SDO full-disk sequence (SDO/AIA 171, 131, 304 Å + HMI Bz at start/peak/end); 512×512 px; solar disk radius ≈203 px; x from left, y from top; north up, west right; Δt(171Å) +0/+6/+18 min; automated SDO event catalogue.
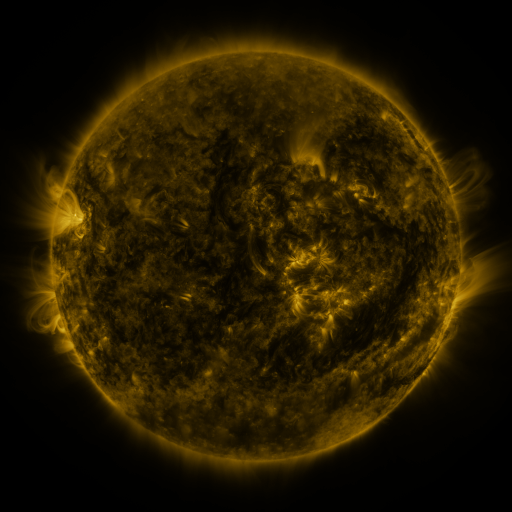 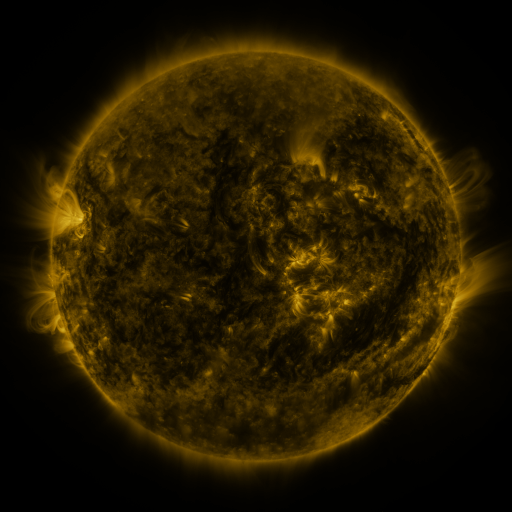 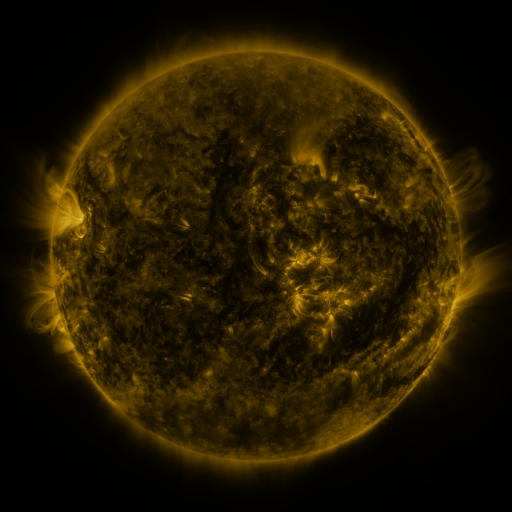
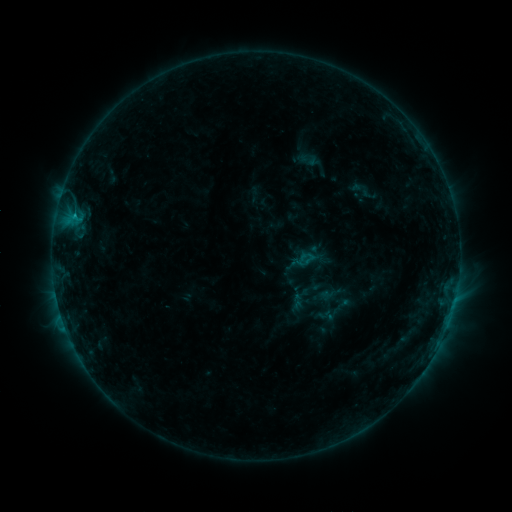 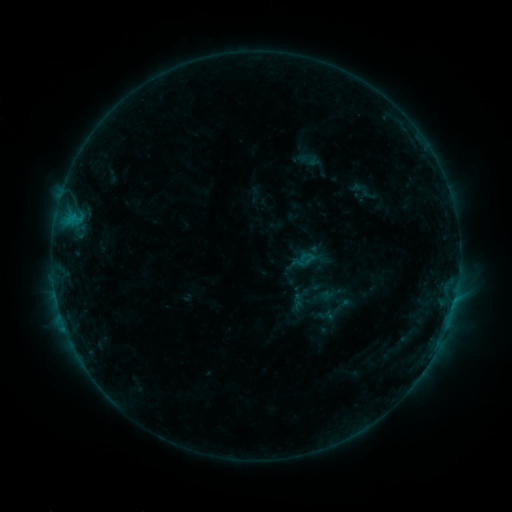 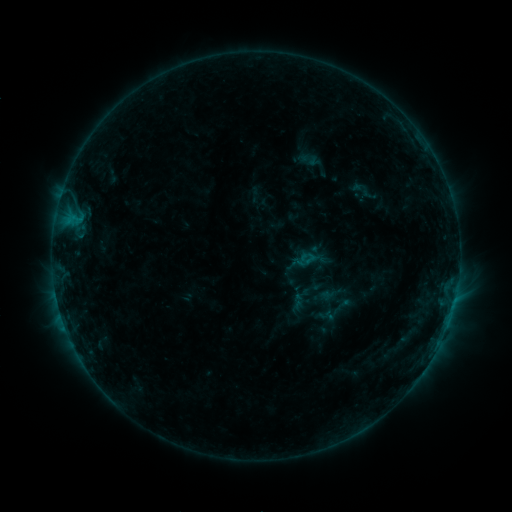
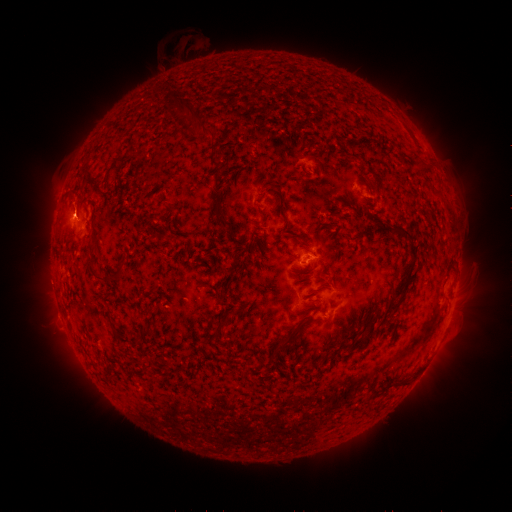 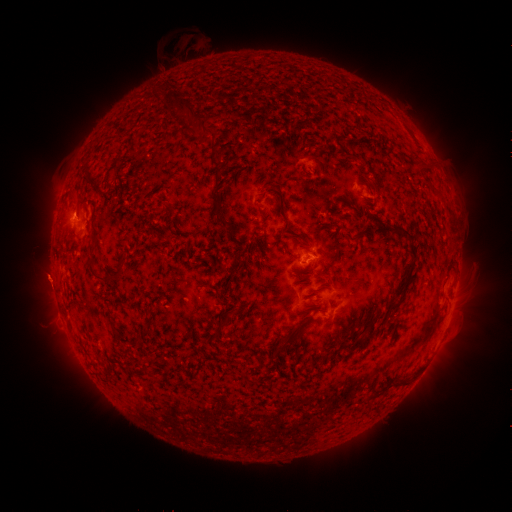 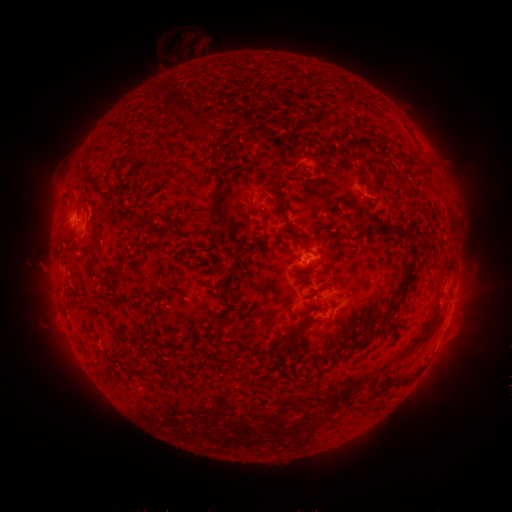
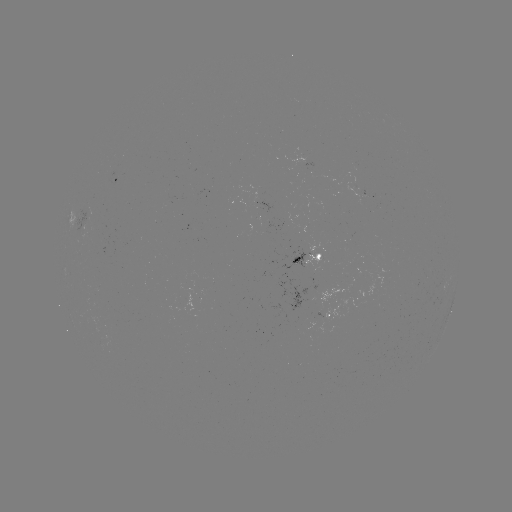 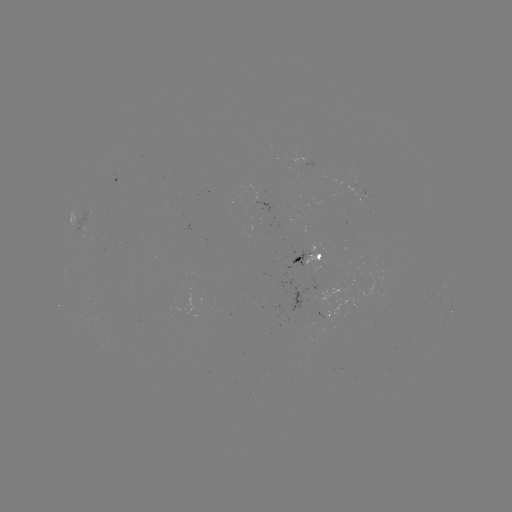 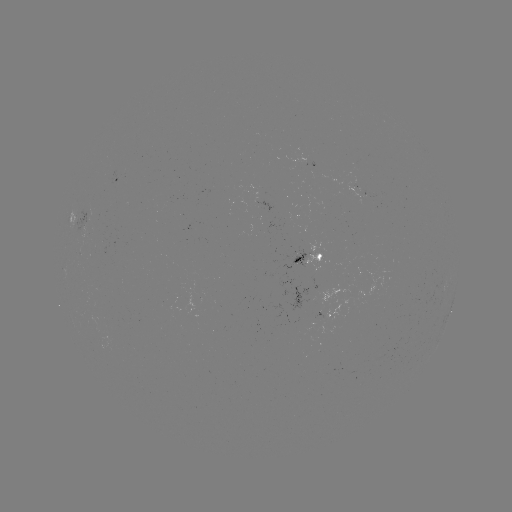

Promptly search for eruption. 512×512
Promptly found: [45, 278].